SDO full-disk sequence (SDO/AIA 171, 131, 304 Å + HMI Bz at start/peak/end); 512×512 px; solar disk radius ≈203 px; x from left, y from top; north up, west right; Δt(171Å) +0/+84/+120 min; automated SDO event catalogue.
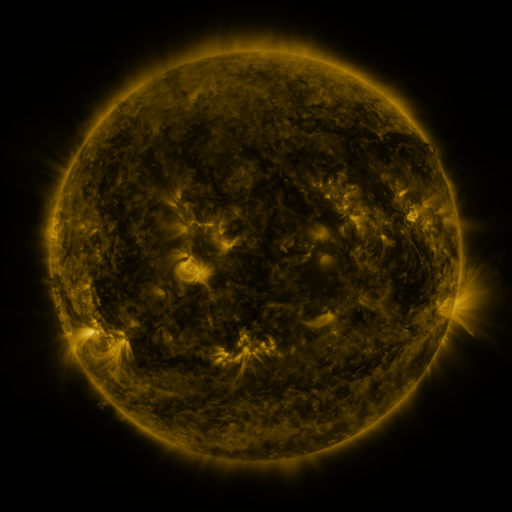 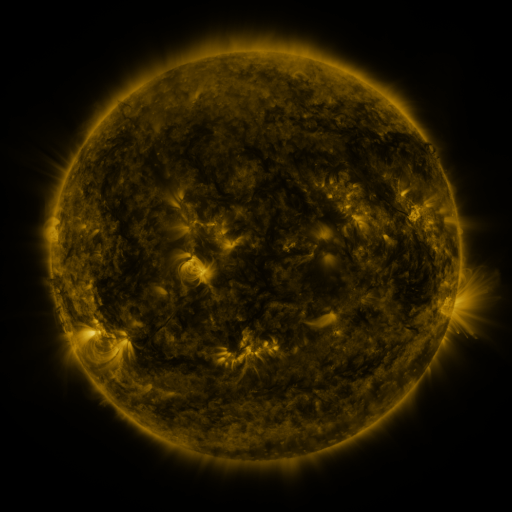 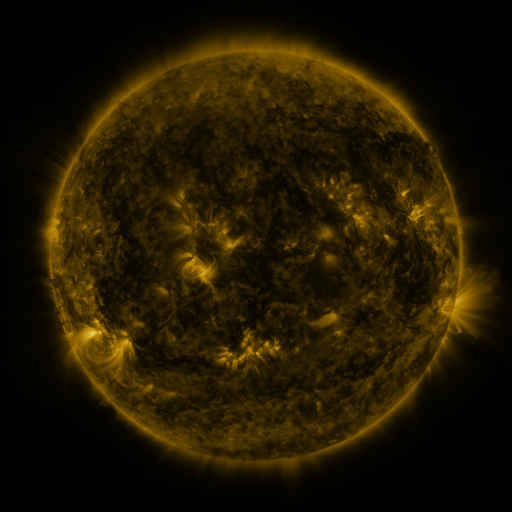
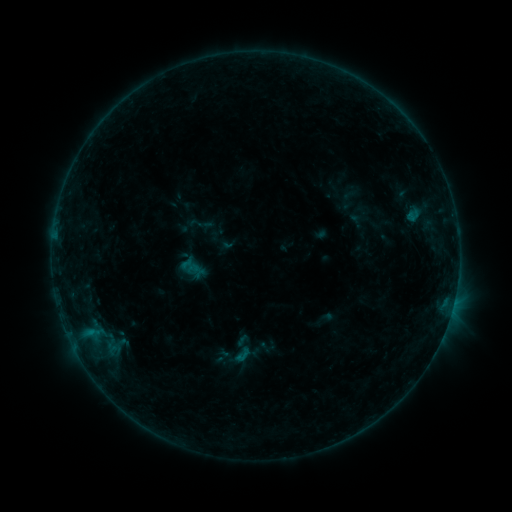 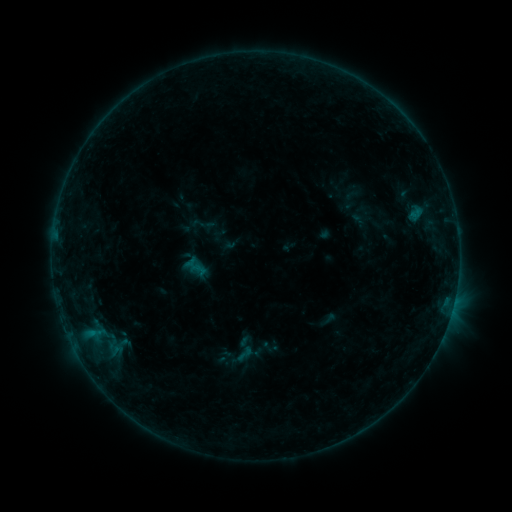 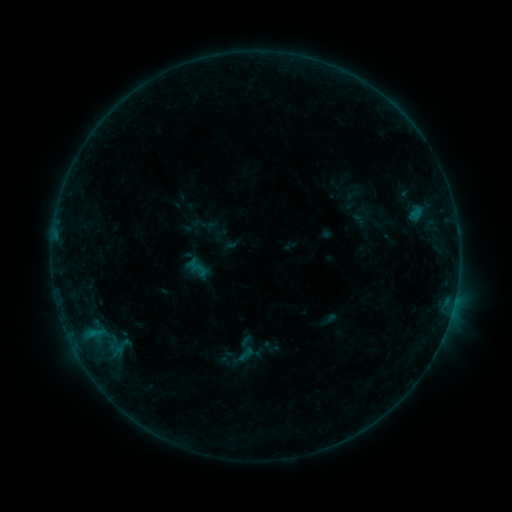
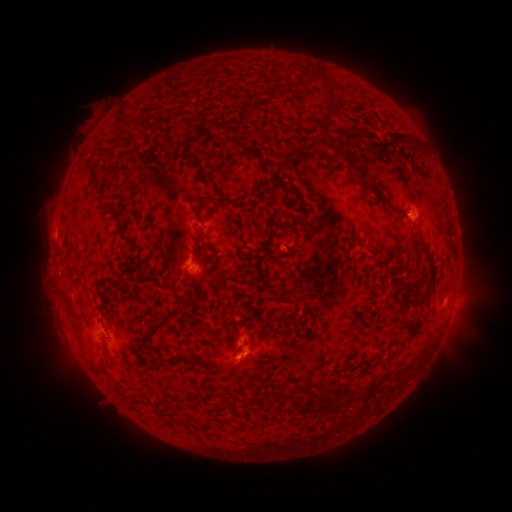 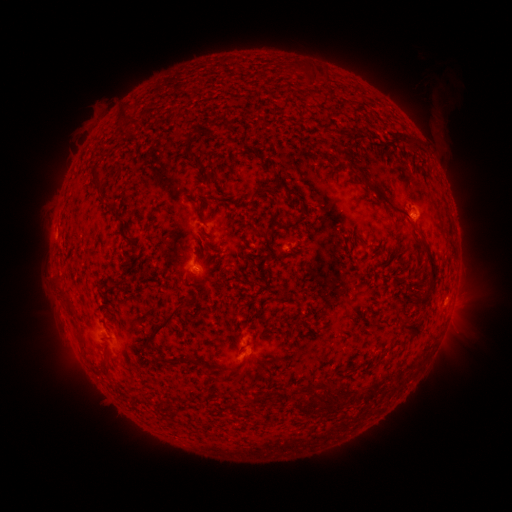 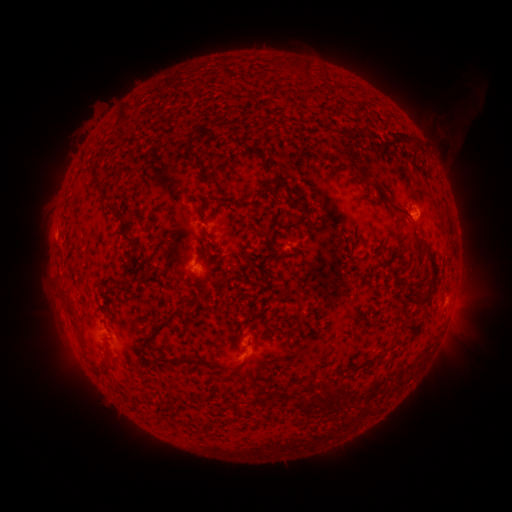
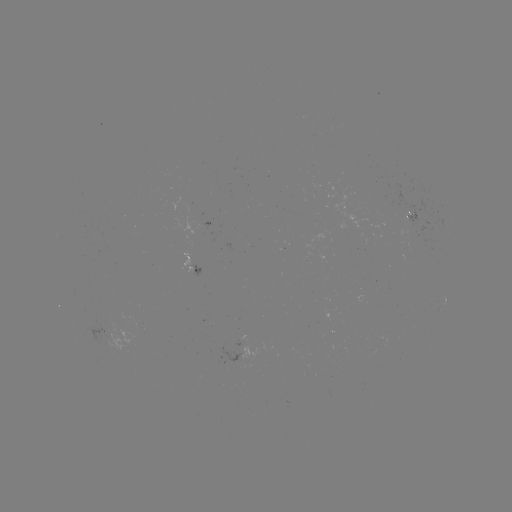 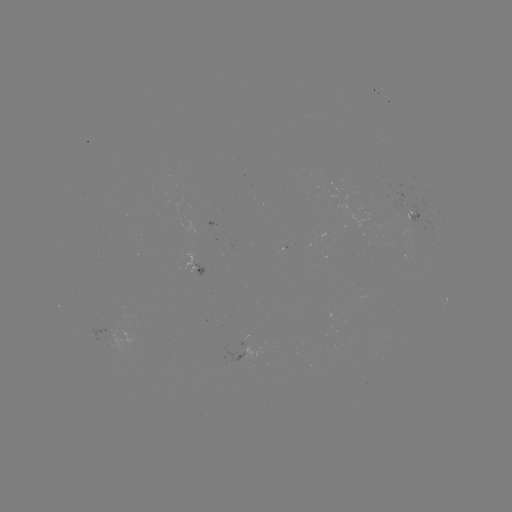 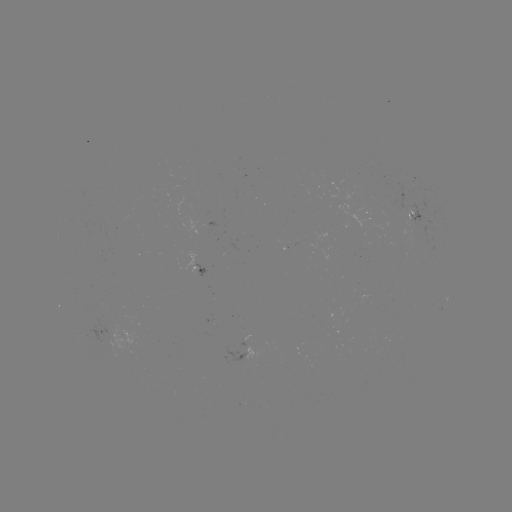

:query emerging-flux region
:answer [114, 343]